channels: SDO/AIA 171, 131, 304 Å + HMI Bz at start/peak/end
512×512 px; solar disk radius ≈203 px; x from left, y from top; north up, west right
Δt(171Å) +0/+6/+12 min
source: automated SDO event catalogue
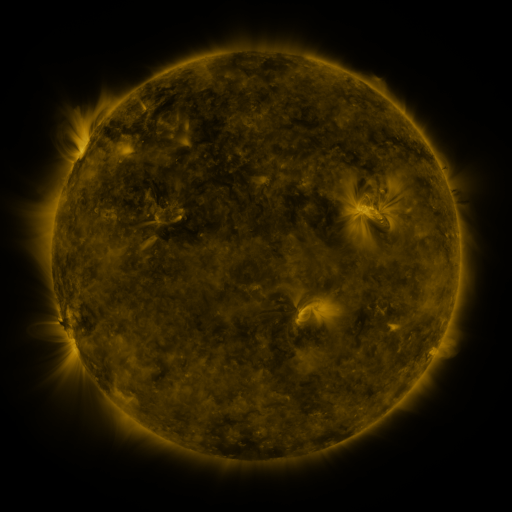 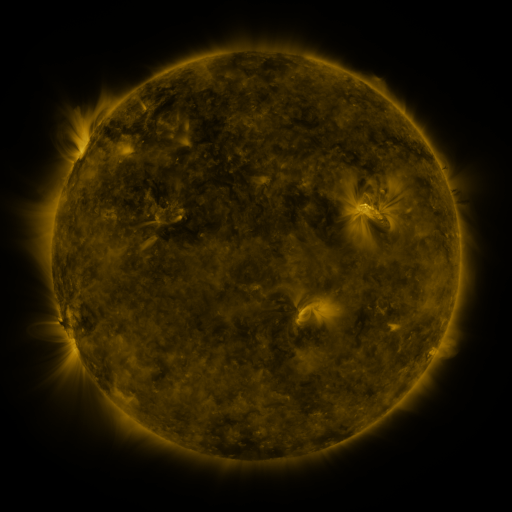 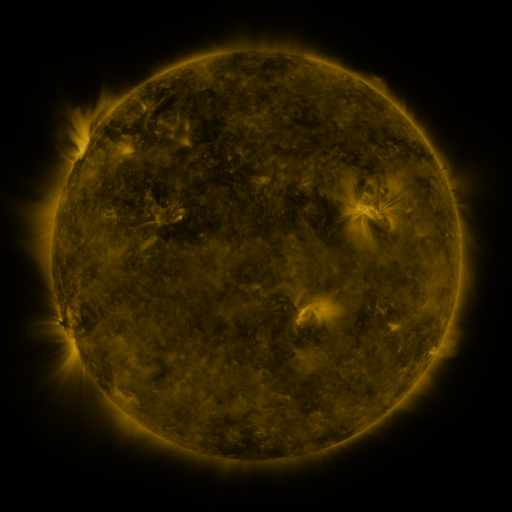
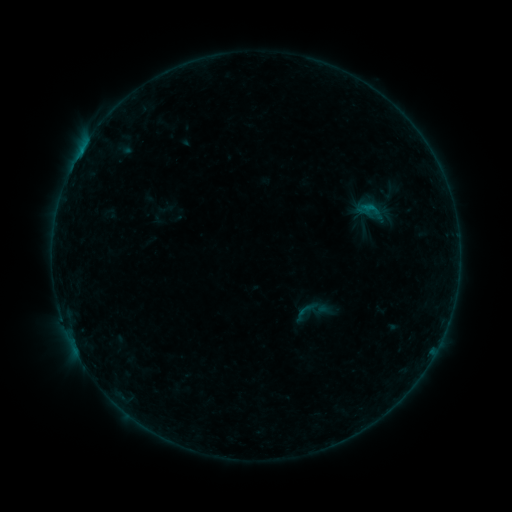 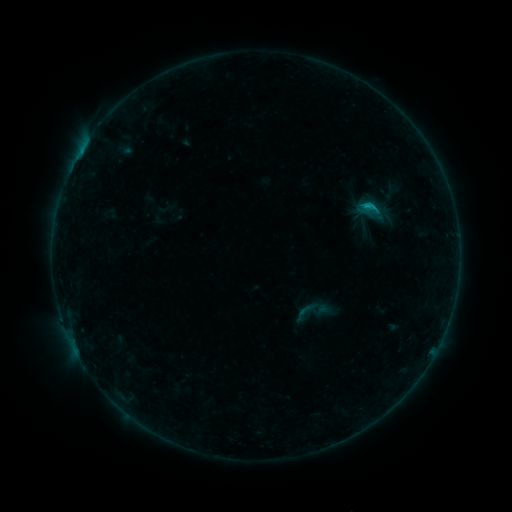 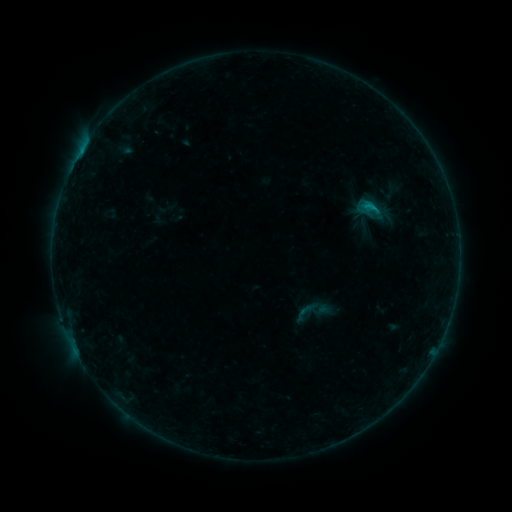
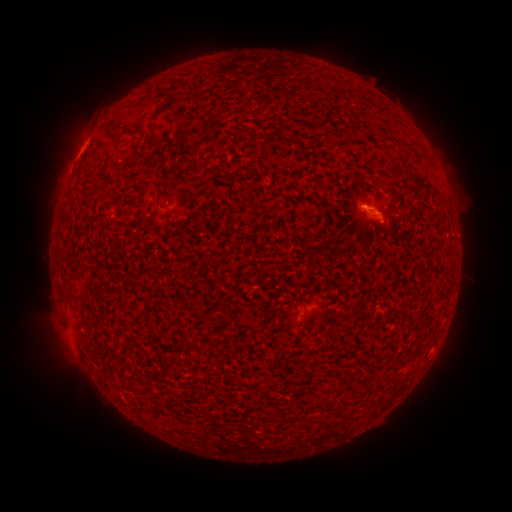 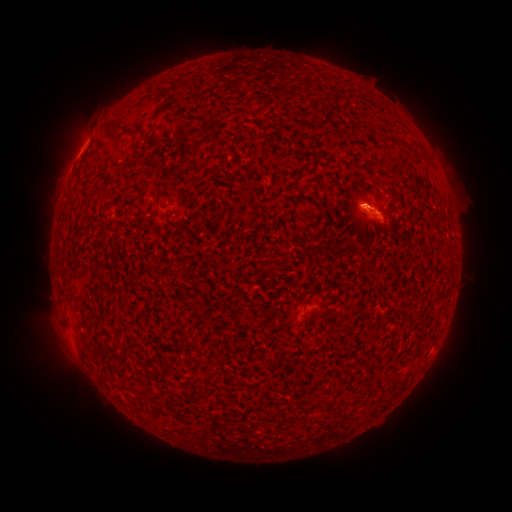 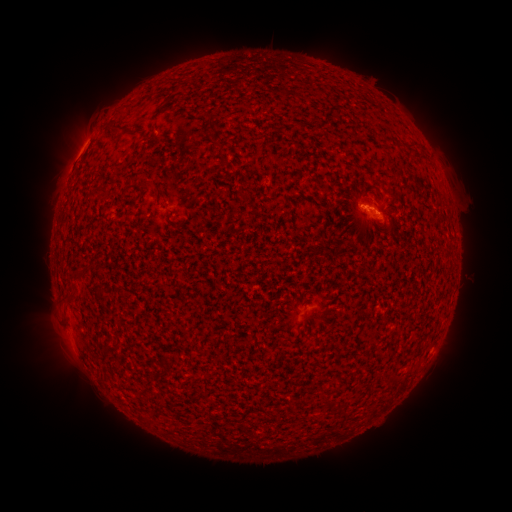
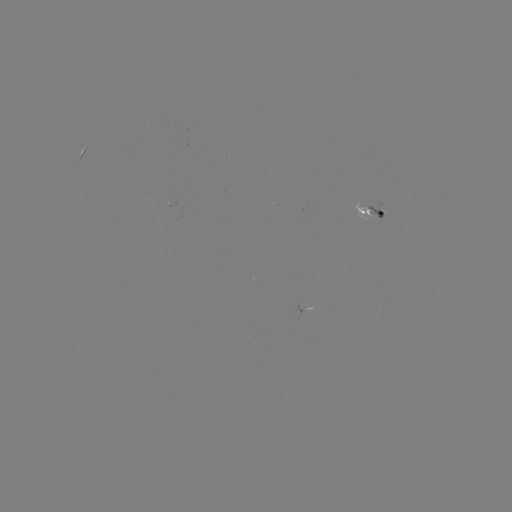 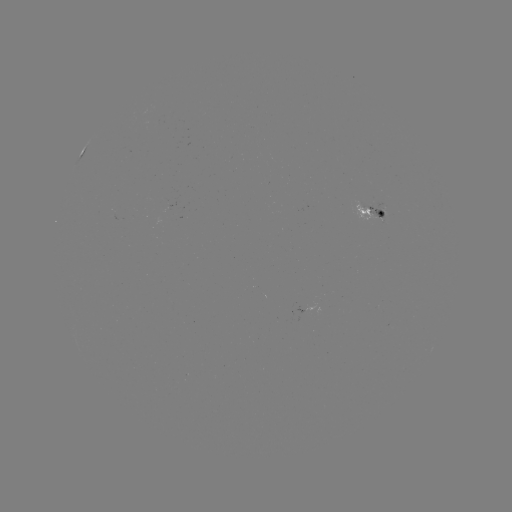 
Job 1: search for B6.1 flare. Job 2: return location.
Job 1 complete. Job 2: (360, 209).